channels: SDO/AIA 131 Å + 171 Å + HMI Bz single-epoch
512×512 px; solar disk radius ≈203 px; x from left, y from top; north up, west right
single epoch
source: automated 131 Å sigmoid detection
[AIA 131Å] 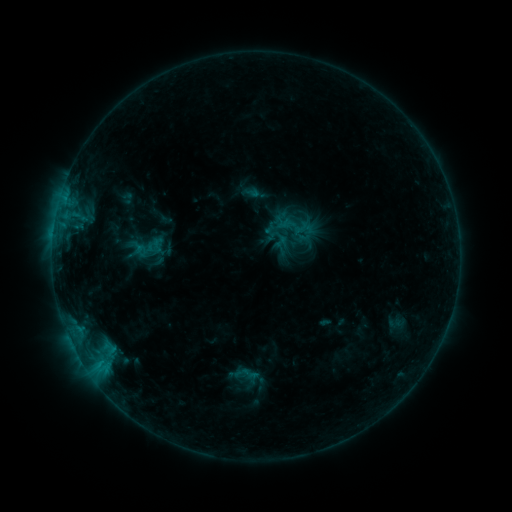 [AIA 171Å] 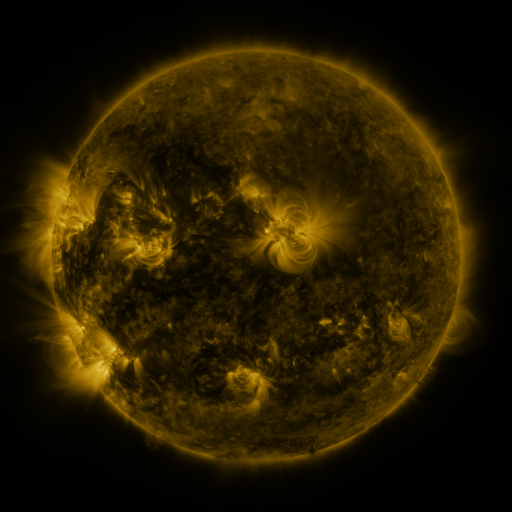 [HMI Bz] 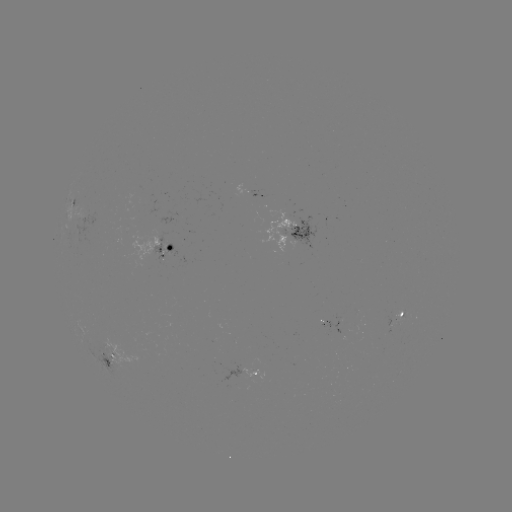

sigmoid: [277, 226, 305, 253]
